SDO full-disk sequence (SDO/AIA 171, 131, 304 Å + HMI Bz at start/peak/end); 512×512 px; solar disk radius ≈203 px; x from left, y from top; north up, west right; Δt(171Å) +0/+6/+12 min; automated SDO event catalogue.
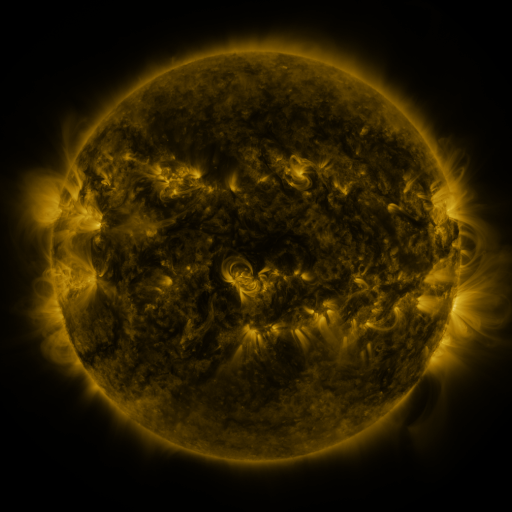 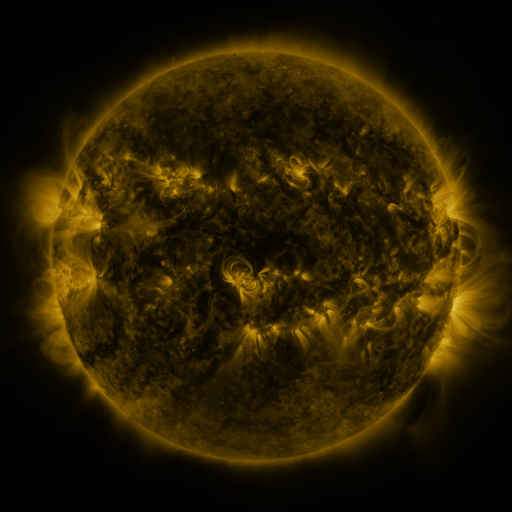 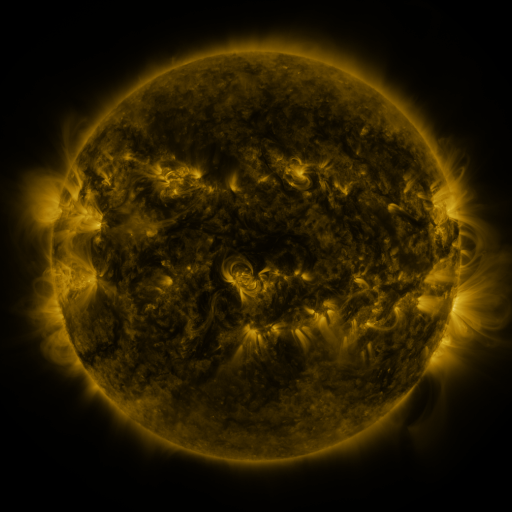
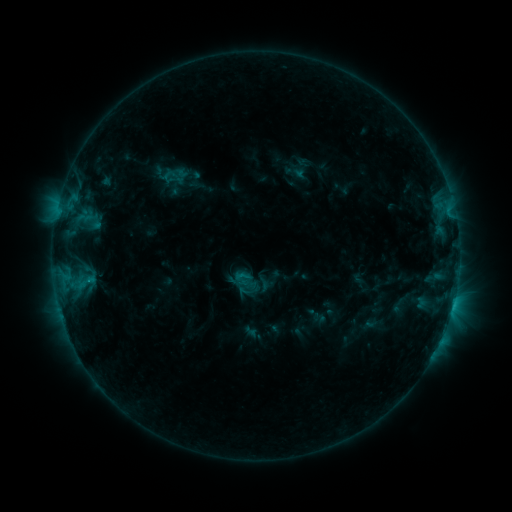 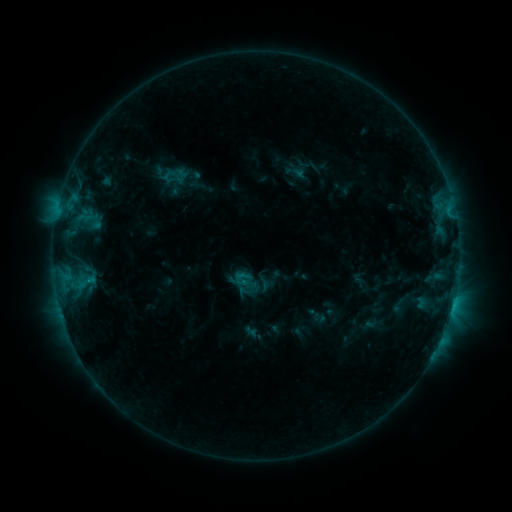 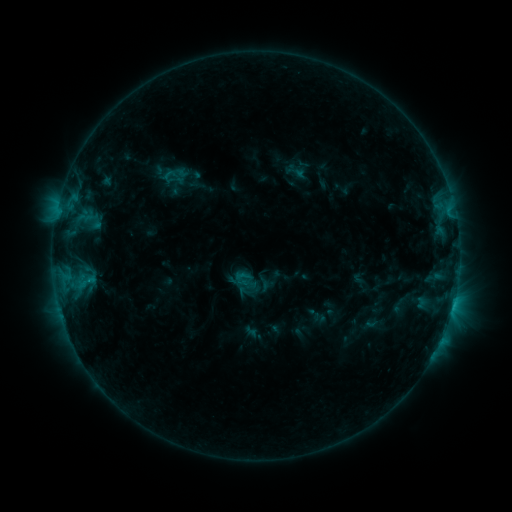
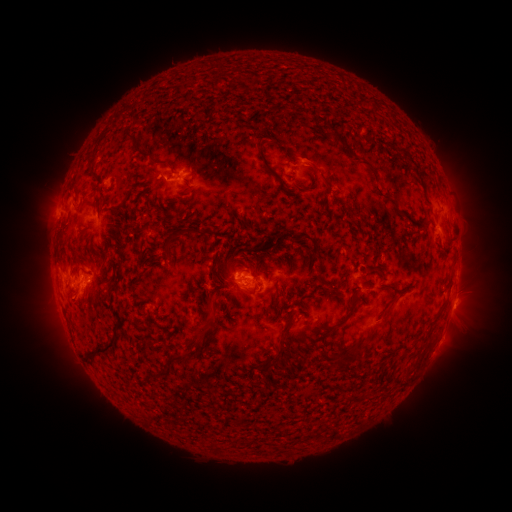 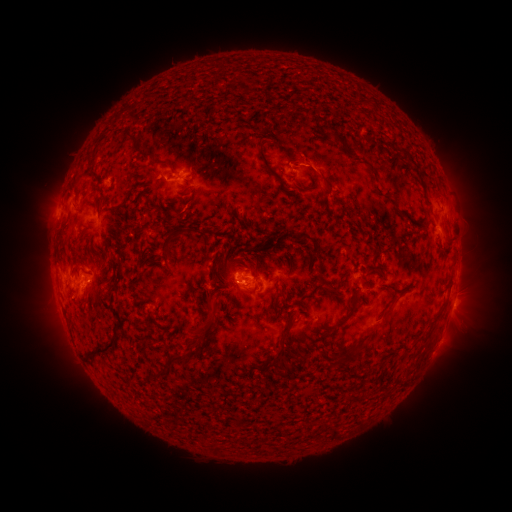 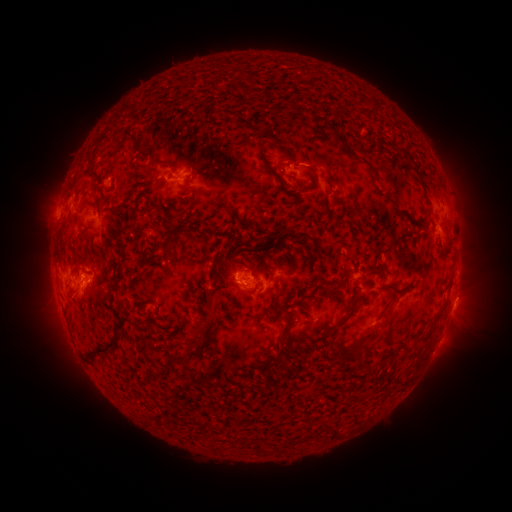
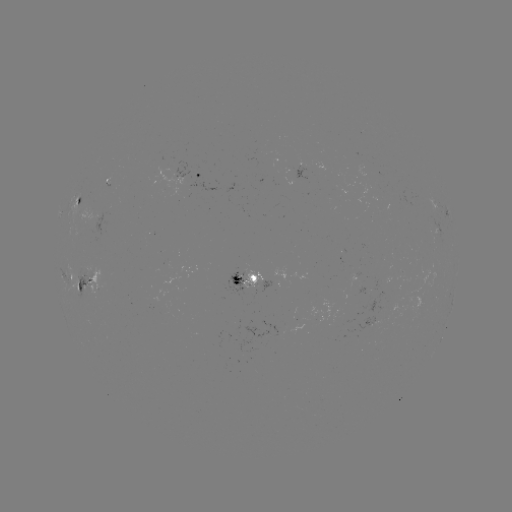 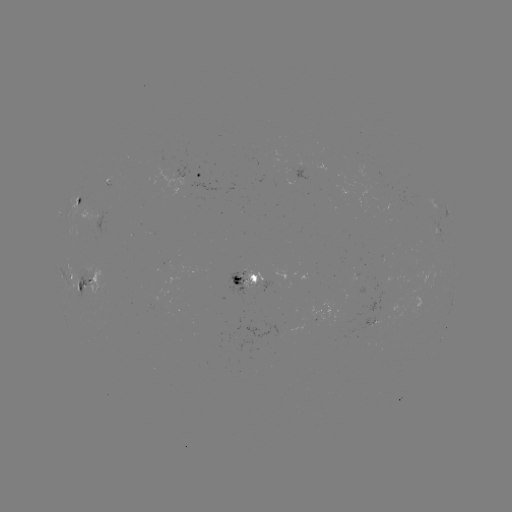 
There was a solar eruption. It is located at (311, 156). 